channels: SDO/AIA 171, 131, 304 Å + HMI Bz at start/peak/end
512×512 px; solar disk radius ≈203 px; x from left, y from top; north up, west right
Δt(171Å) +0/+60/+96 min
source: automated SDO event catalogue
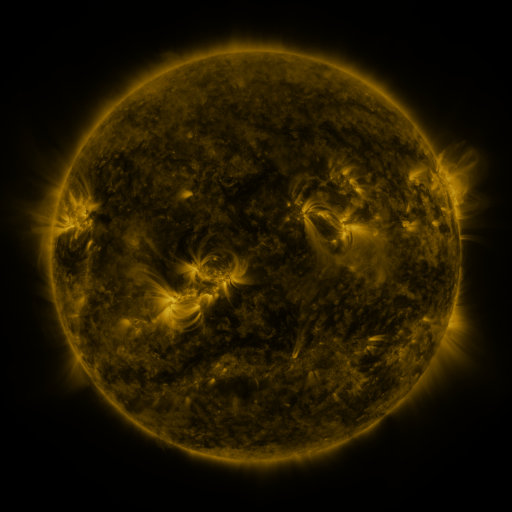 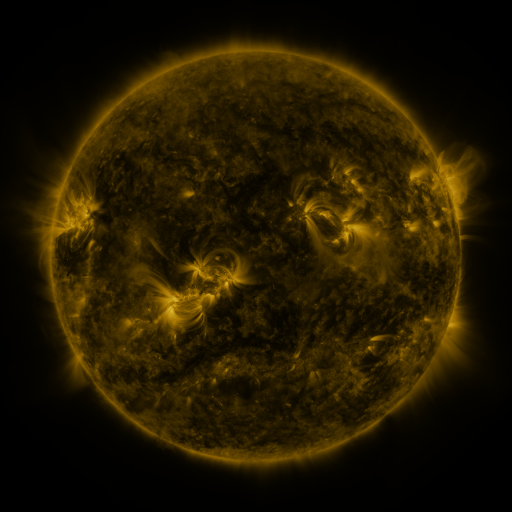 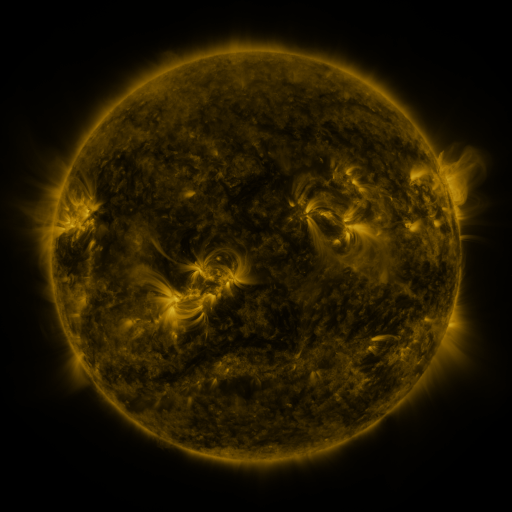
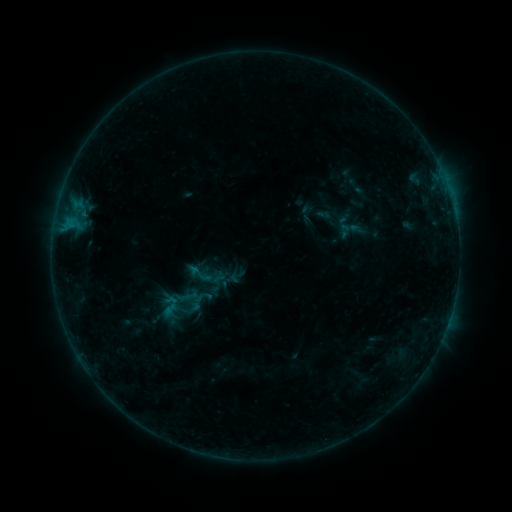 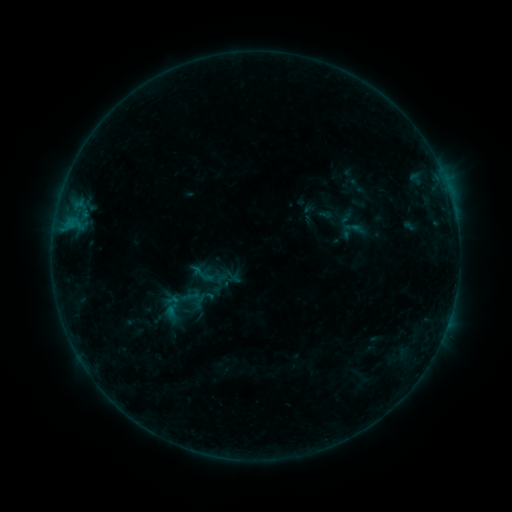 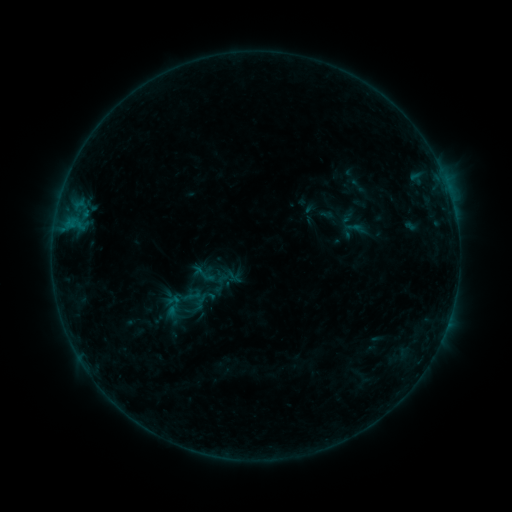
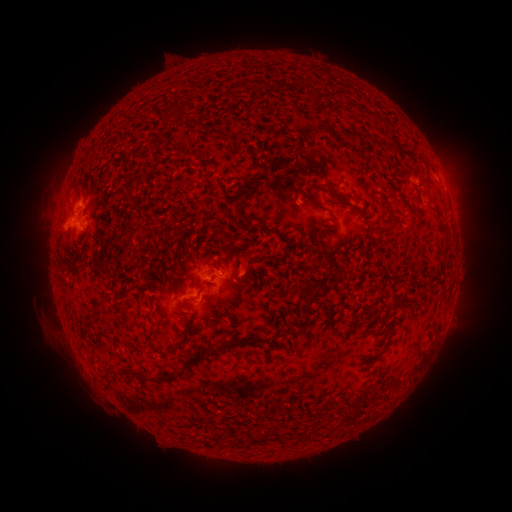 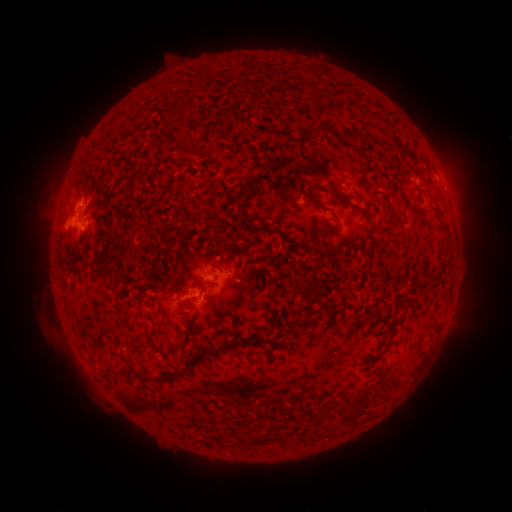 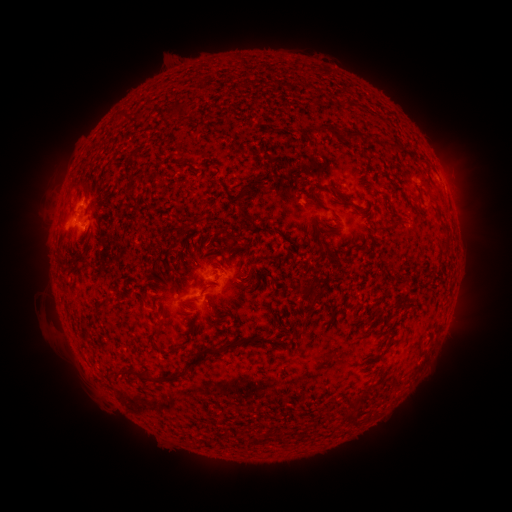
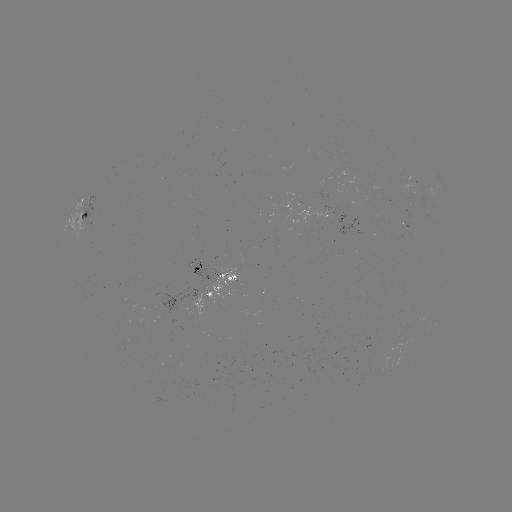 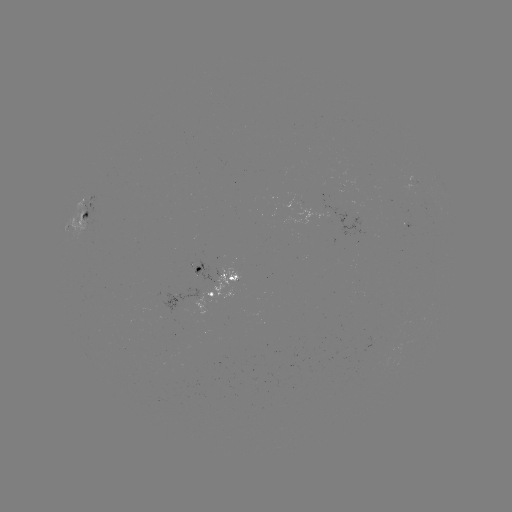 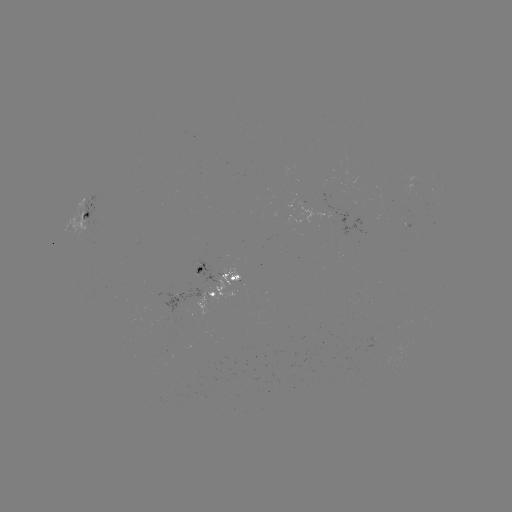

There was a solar emerging-flux region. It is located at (351, 206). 